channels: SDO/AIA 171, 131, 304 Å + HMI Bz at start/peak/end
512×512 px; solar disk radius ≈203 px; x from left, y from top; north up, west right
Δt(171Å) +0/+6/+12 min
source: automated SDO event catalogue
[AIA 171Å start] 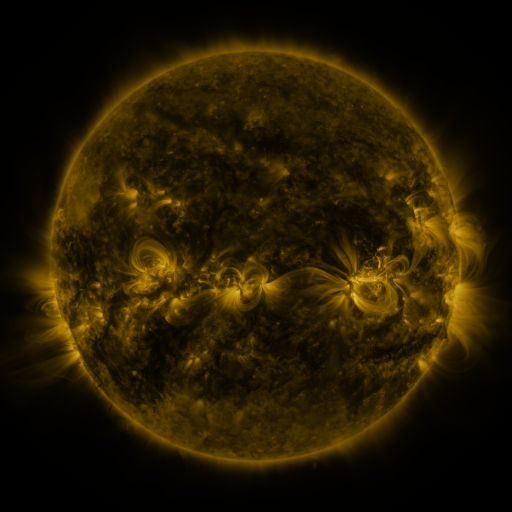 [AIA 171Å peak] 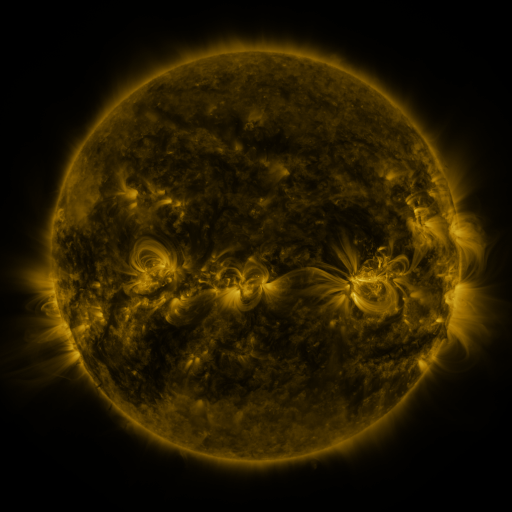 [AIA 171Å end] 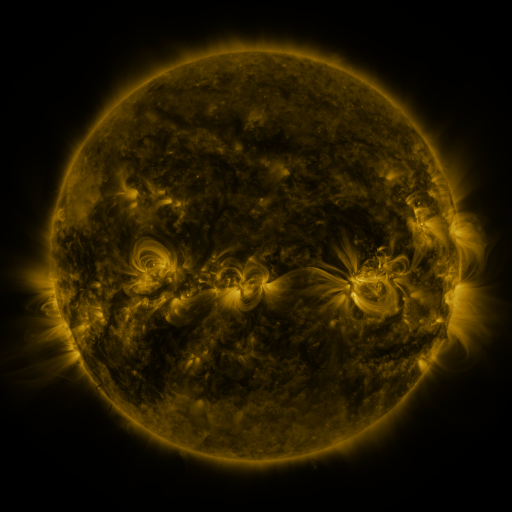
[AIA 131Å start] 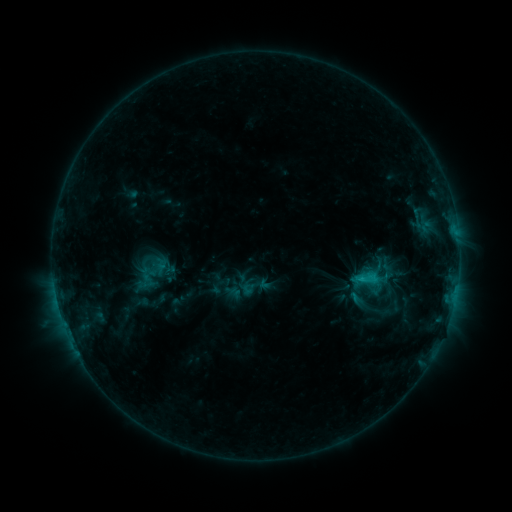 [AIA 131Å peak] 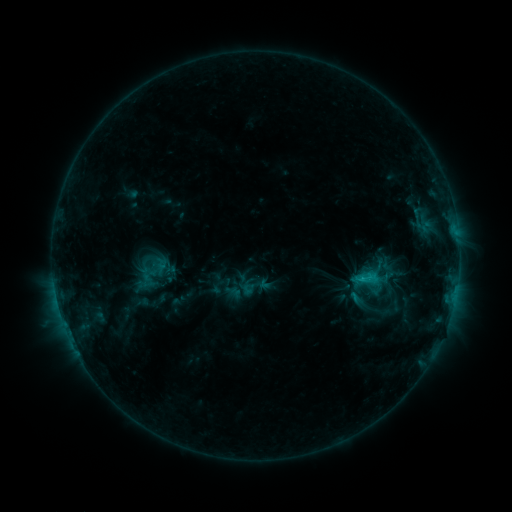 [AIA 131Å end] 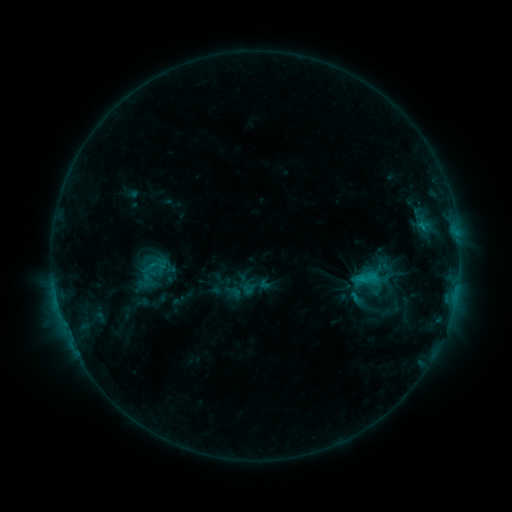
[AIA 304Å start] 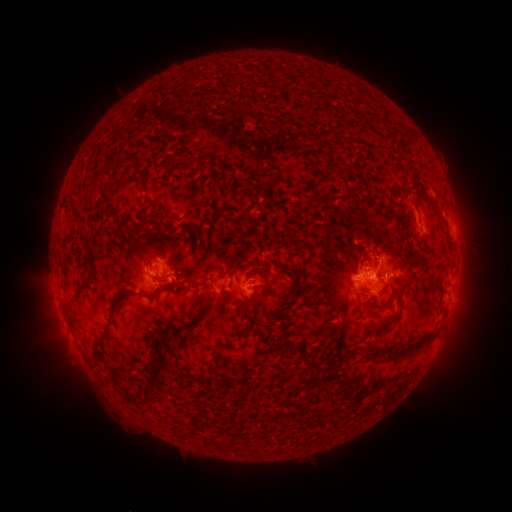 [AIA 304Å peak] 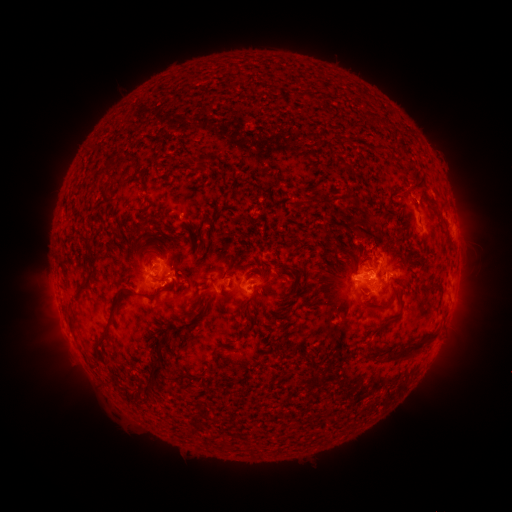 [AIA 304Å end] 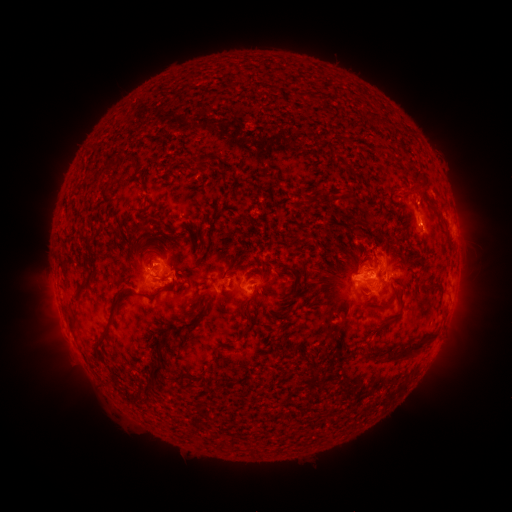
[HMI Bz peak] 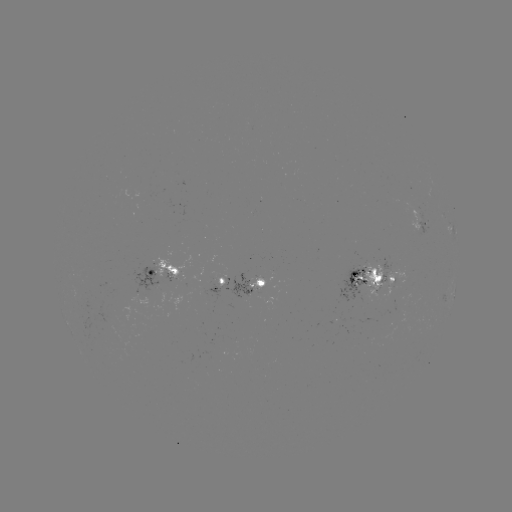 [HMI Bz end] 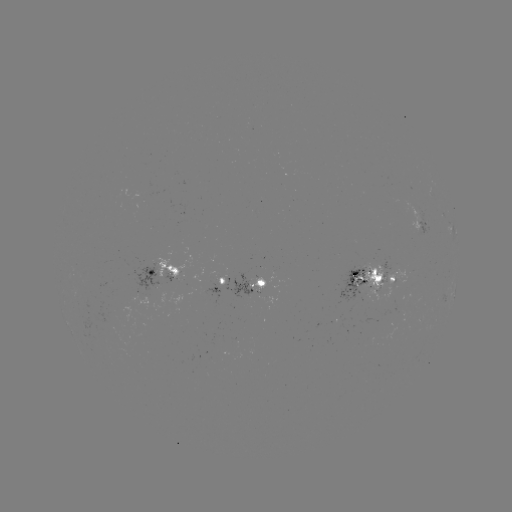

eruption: <bbox>403, 174, 437, 216</bbox>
